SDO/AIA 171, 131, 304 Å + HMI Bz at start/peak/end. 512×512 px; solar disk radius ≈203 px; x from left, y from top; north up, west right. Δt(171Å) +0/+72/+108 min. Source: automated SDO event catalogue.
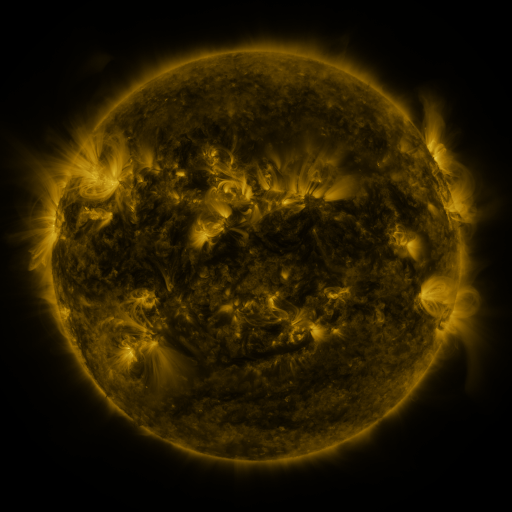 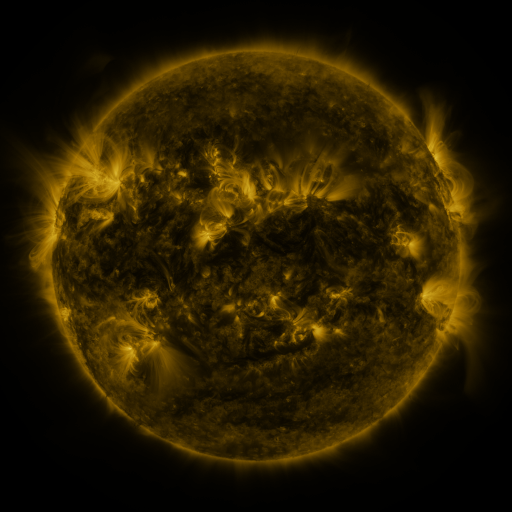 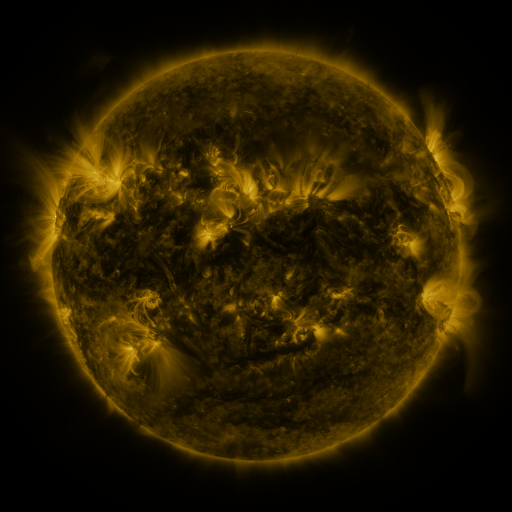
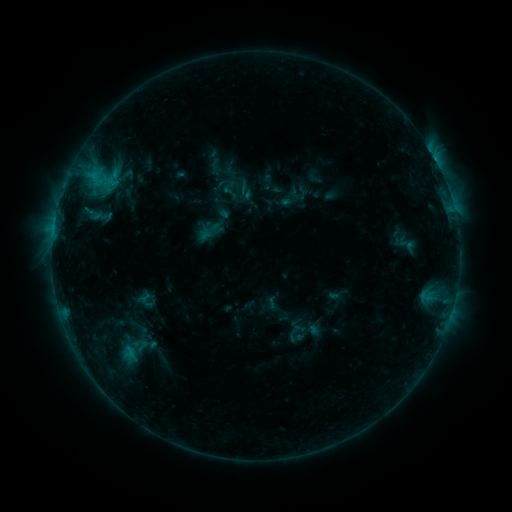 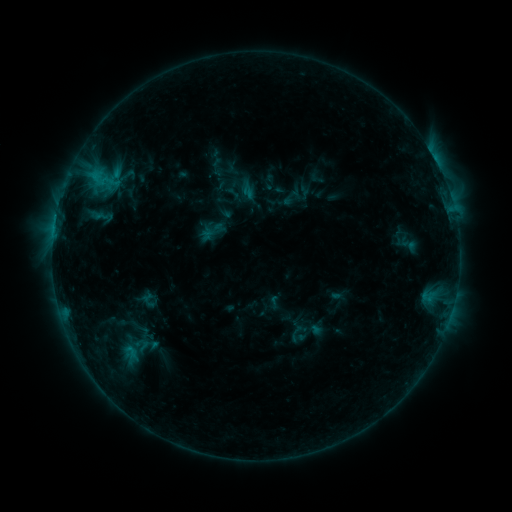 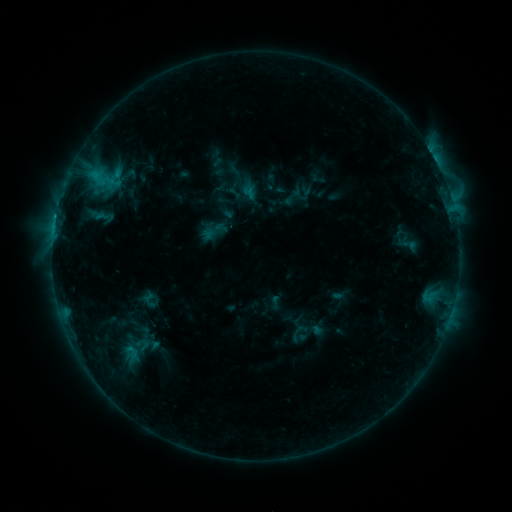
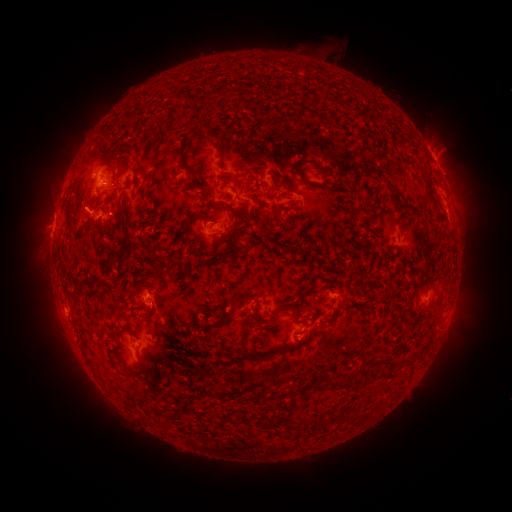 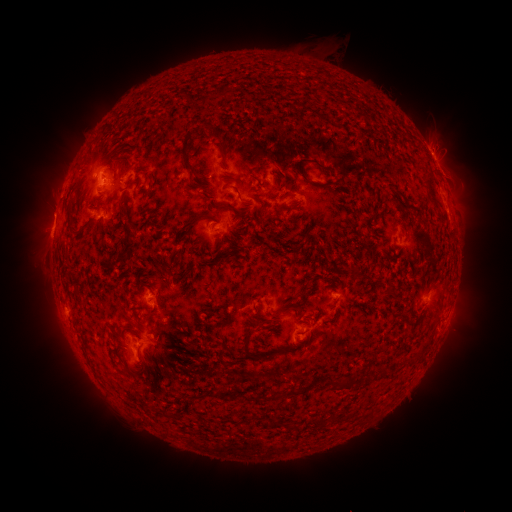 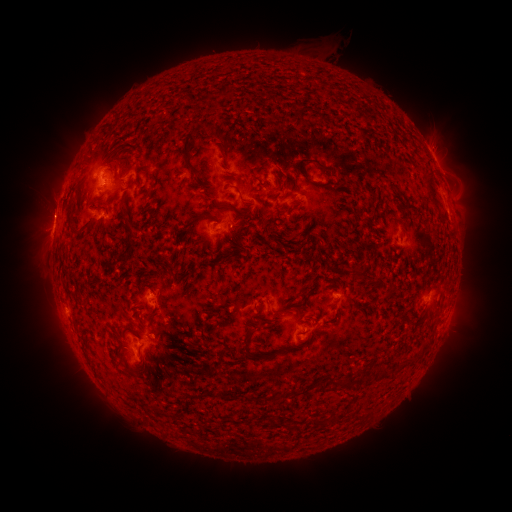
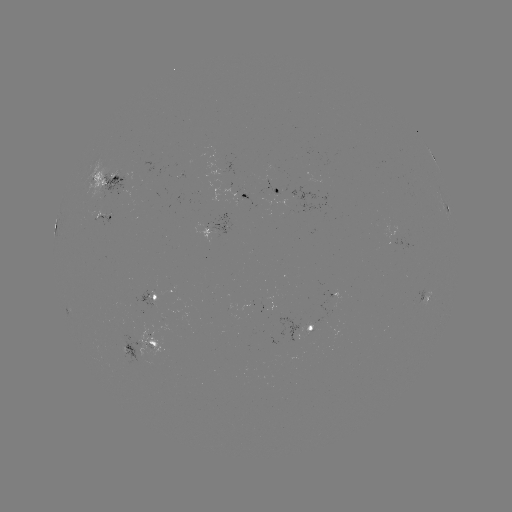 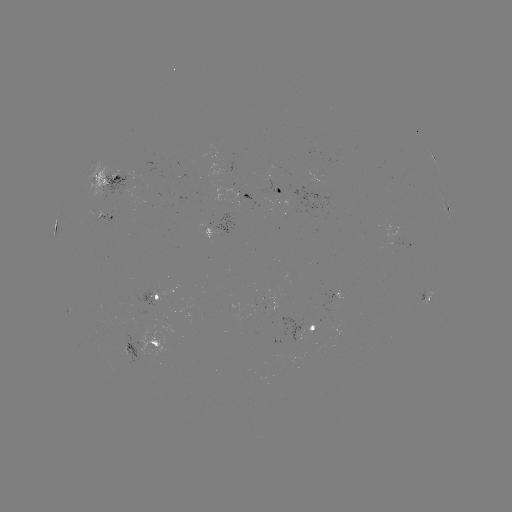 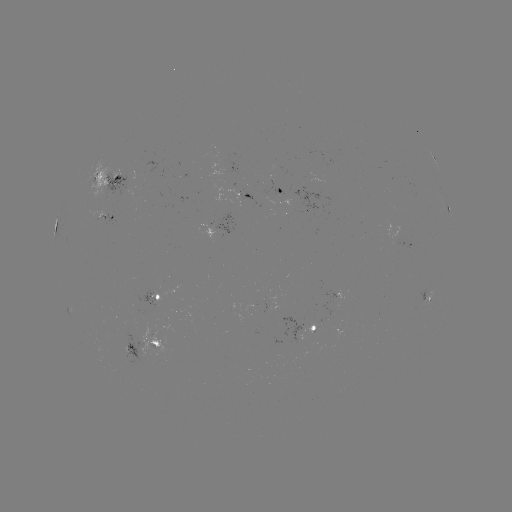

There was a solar emerging-flux region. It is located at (214, 235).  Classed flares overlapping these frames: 1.